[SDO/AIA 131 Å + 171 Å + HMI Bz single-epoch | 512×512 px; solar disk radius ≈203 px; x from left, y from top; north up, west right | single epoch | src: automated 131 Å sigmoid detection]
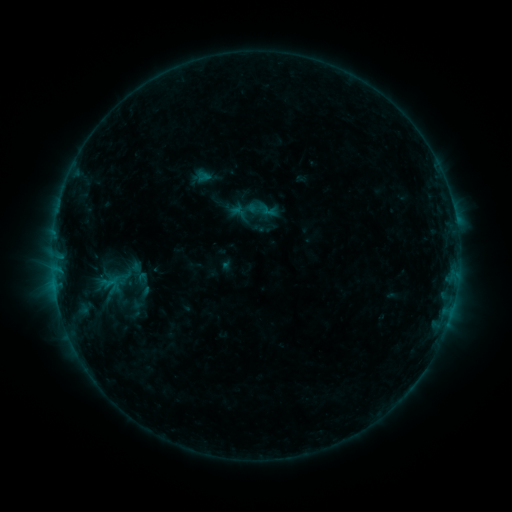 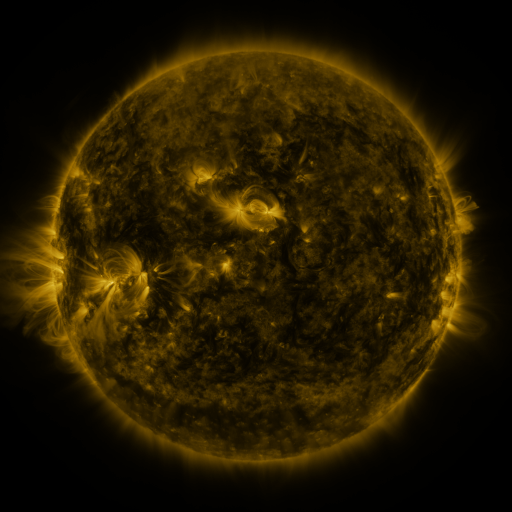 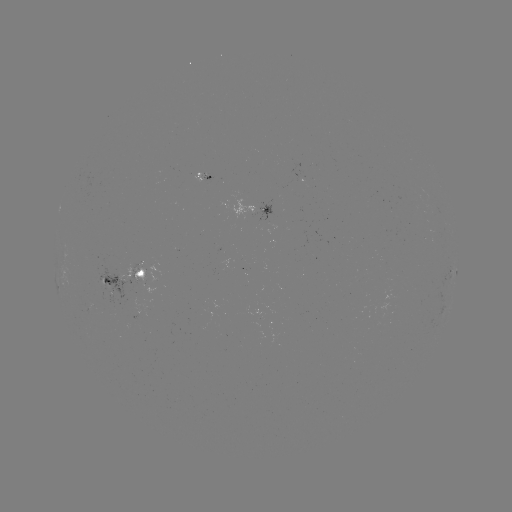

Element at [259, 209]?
sigmoid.